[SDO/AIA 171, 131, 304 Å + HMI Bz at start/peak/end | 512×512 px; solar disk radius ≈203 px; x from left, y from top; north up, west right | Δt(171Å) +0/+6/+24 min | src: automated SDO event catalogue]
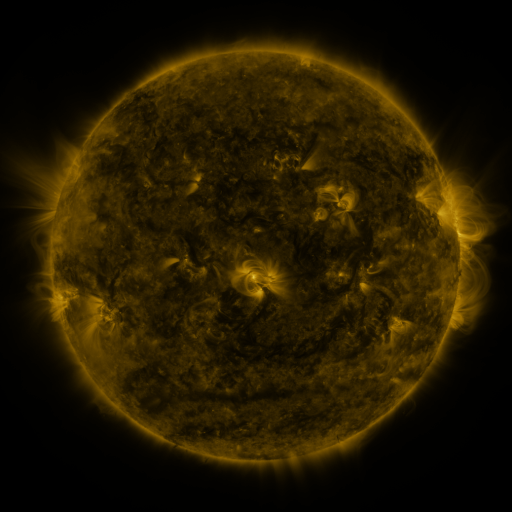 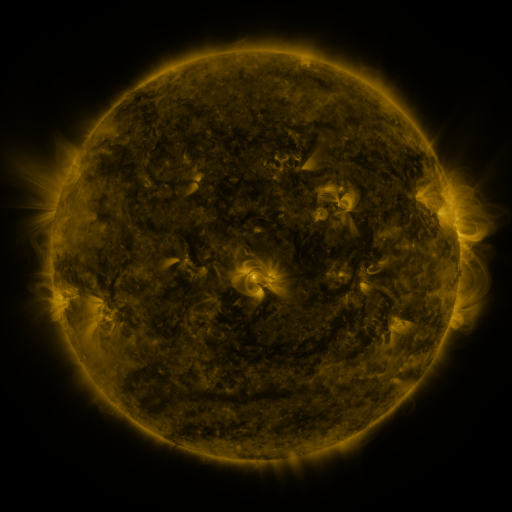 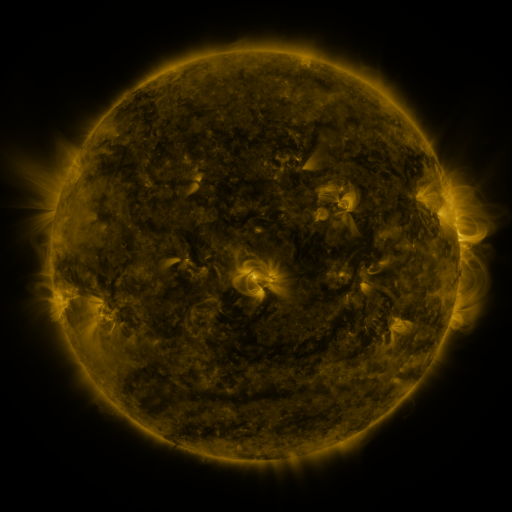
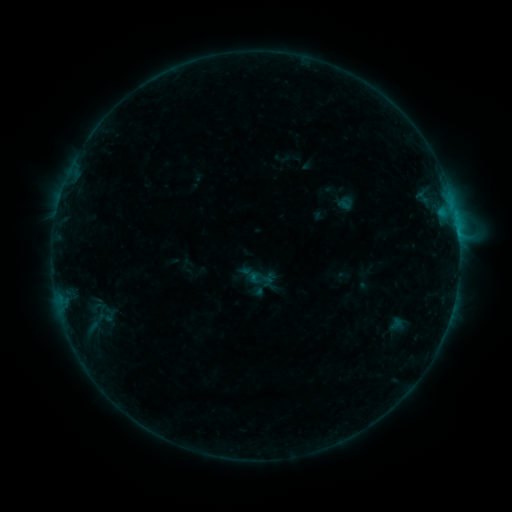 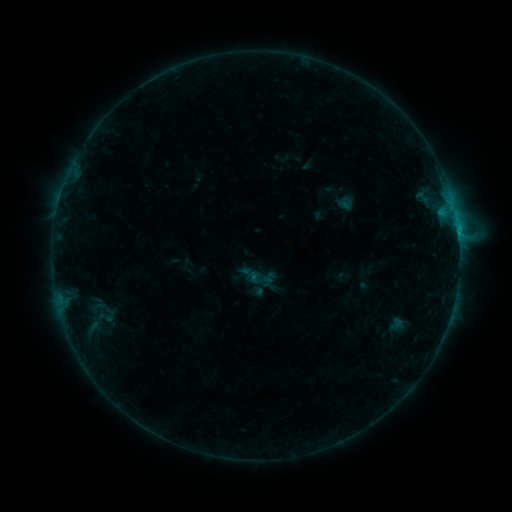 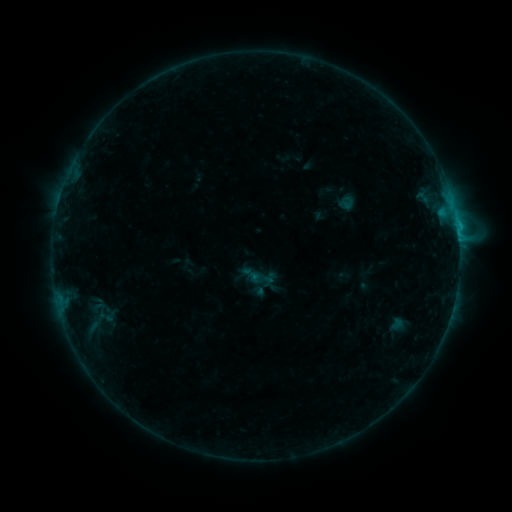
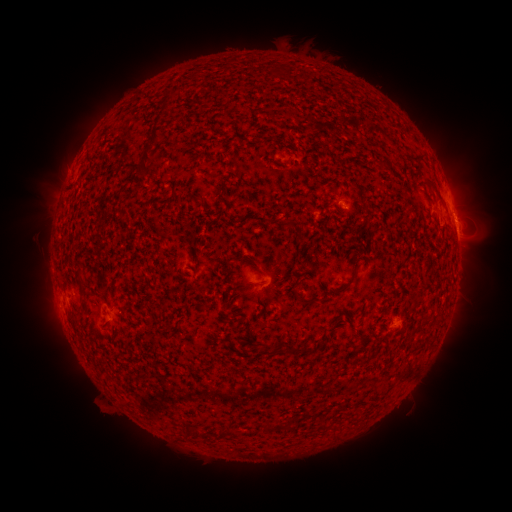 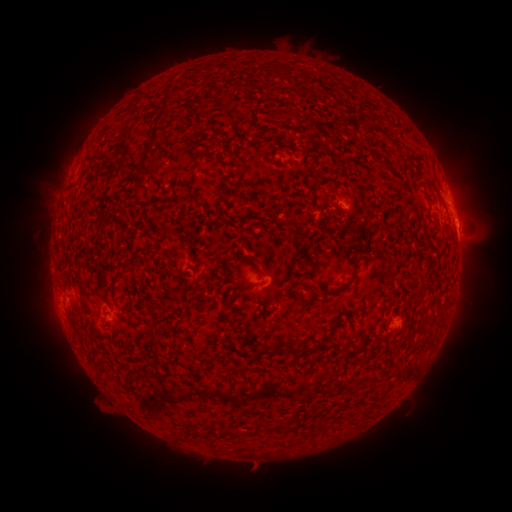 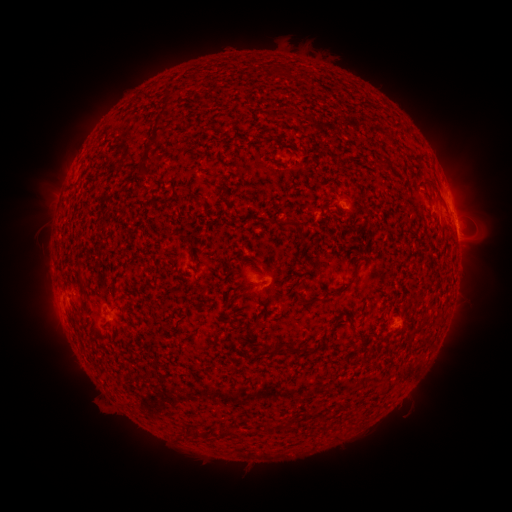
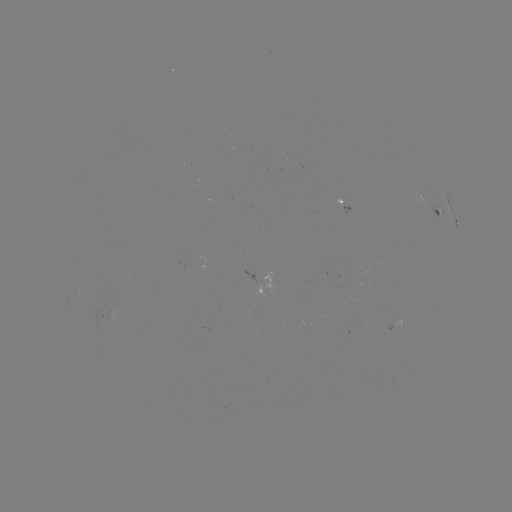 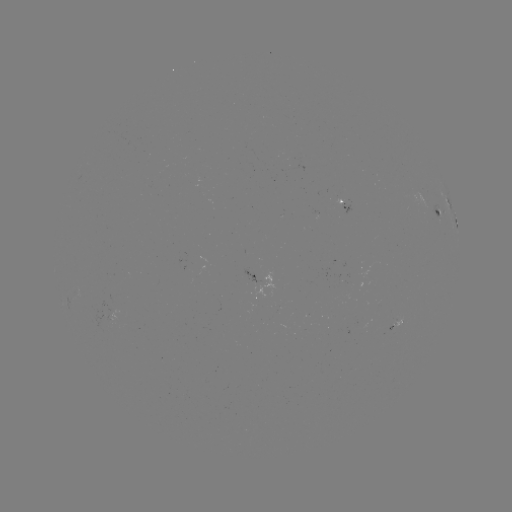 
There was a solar flare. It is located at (457, 230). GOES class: B6.6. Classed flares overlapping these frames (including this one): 1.